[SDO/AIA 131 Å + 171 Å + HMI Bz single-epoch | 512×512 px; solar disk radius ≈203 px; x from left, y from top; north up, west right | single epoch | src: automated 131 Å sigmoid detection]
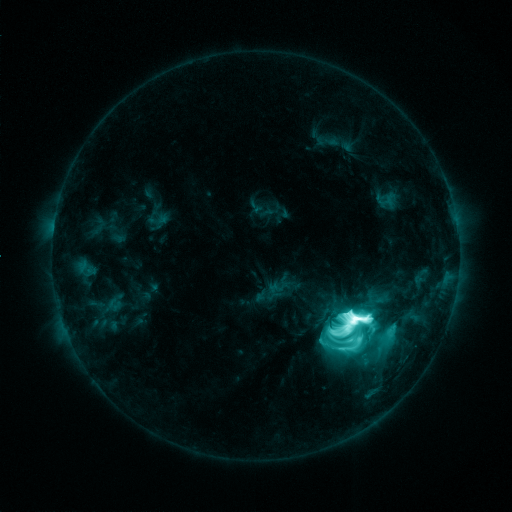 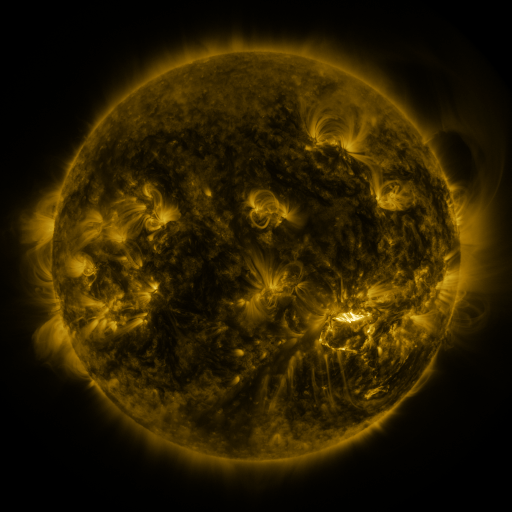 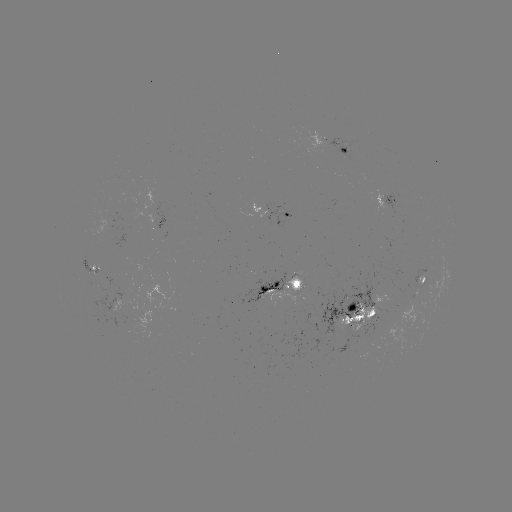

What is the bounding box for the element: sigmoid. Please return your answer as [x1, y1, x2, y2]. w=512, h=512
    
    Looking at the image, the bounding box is [347, 308, 370, 331].